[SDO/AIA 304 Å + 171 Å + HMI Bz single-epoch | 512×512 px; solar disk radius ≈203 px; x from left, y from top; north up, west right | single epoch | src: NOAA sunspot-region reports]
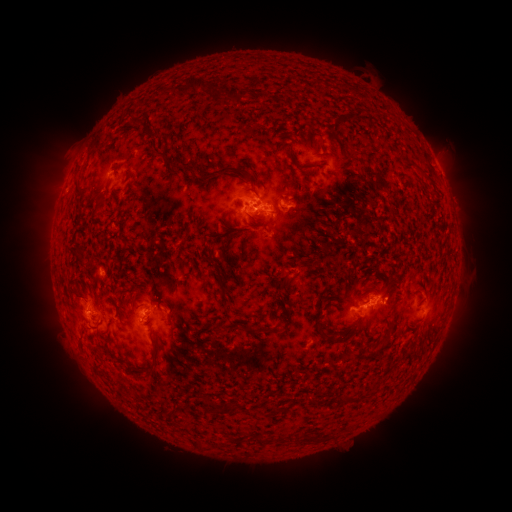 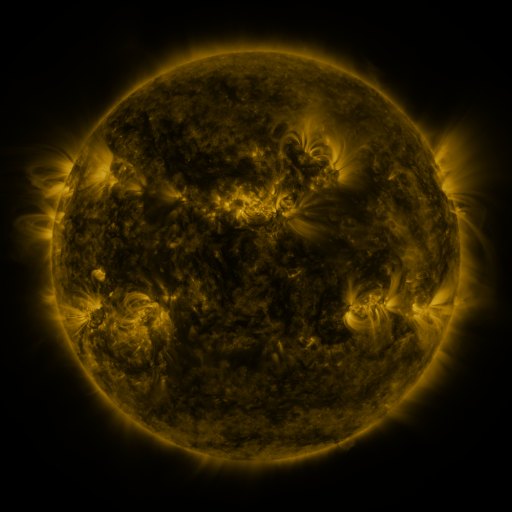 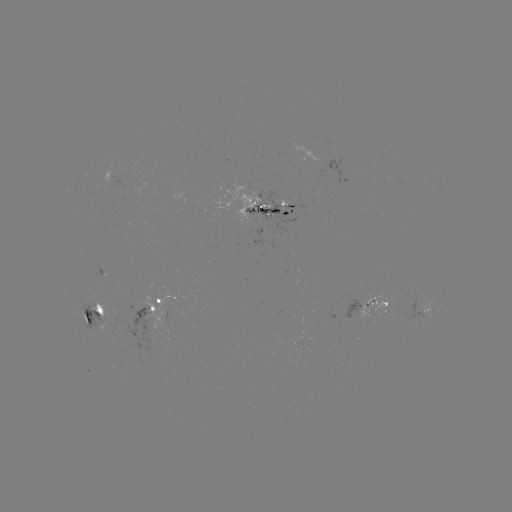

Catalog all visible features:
spotted active region: (352, 177)
spotted active region: (266, 209)
spotted active region: (170, 302)
spotted active region: (364, 307)
spotted active region: (427, 308)
spotted active region: (438, 310)
spotted active region: (106, 313)
